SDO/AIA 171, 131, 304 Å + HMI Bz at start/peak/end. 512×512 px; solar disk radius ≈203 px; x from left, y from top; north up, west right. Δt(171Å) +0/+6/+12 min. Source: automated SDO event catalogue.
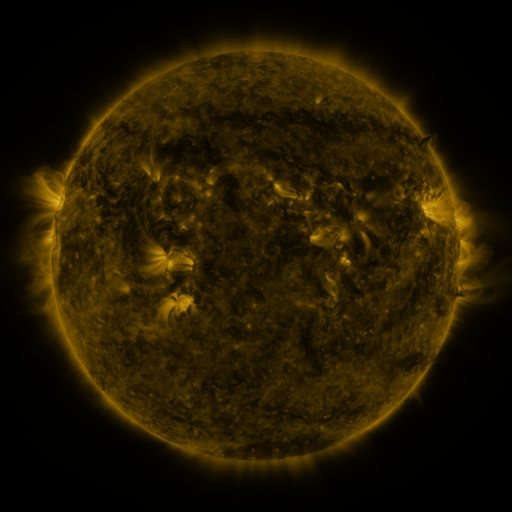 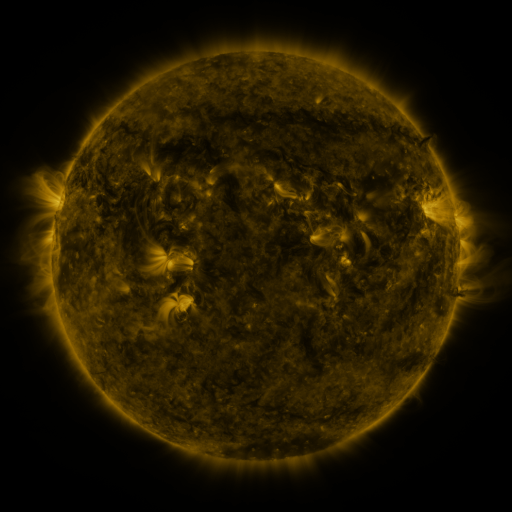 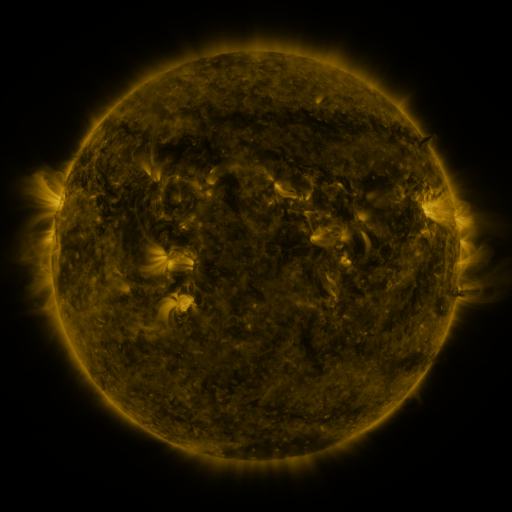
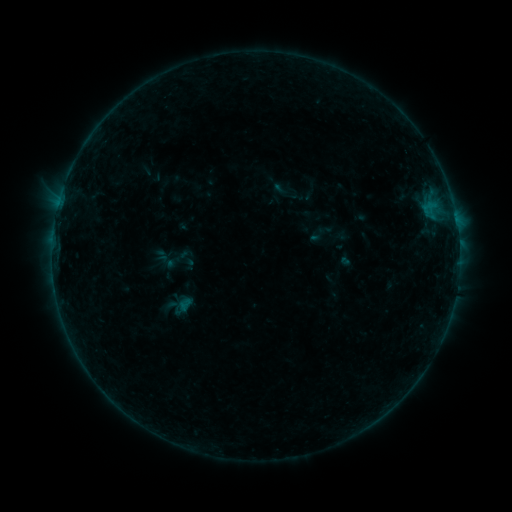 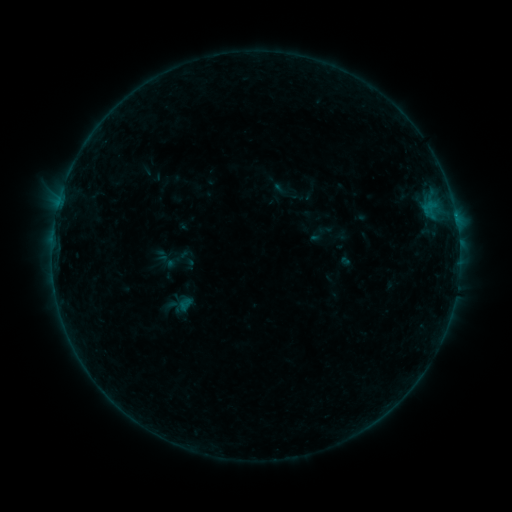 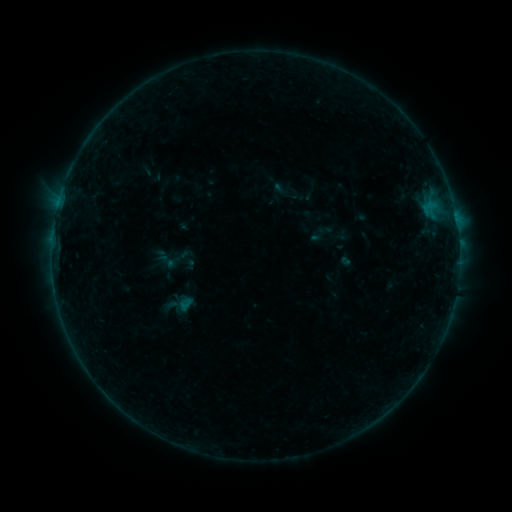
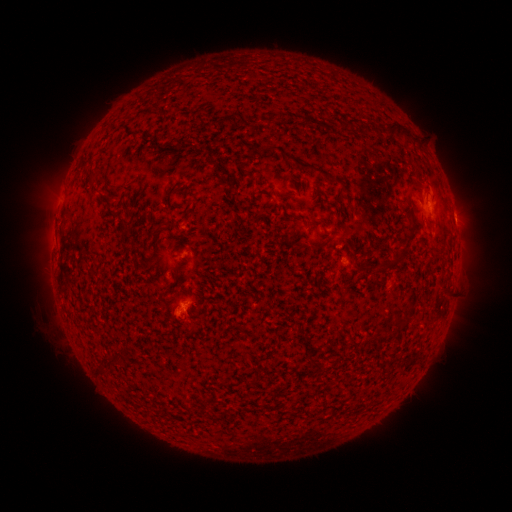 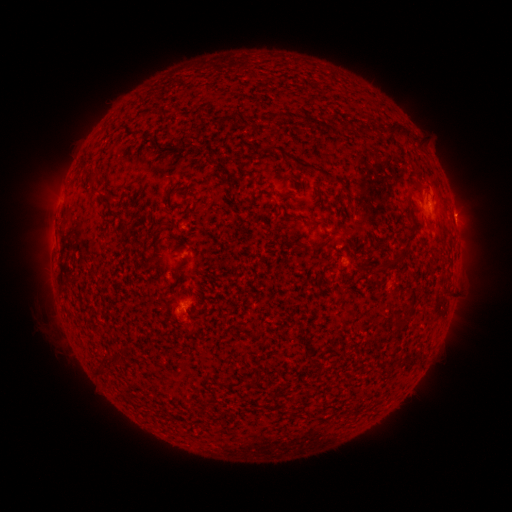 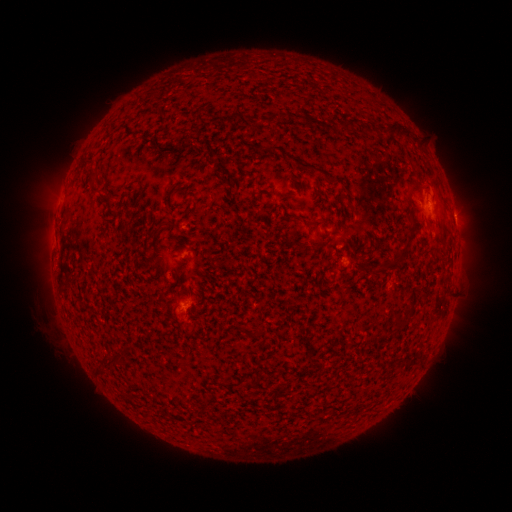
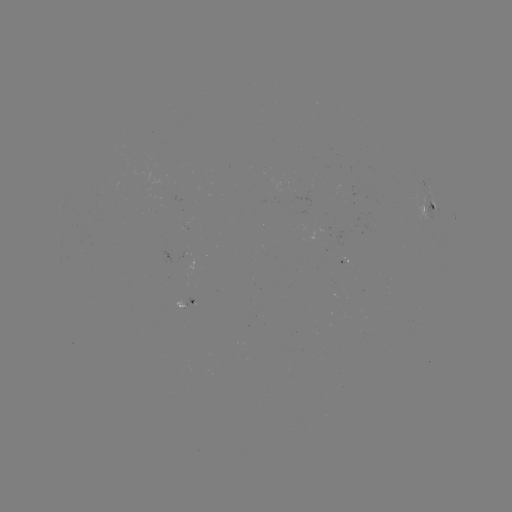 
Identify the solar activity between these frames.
B2.8 flare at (455, 217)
